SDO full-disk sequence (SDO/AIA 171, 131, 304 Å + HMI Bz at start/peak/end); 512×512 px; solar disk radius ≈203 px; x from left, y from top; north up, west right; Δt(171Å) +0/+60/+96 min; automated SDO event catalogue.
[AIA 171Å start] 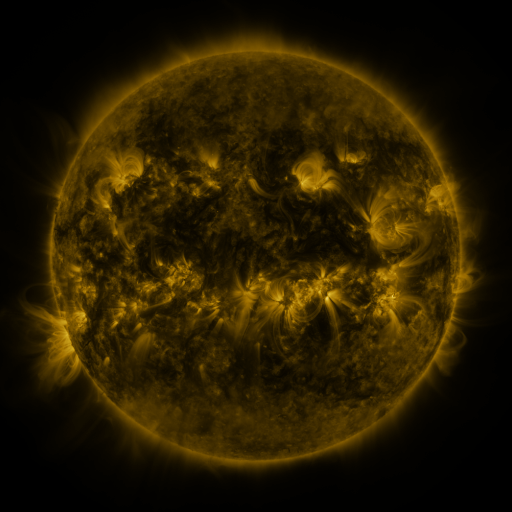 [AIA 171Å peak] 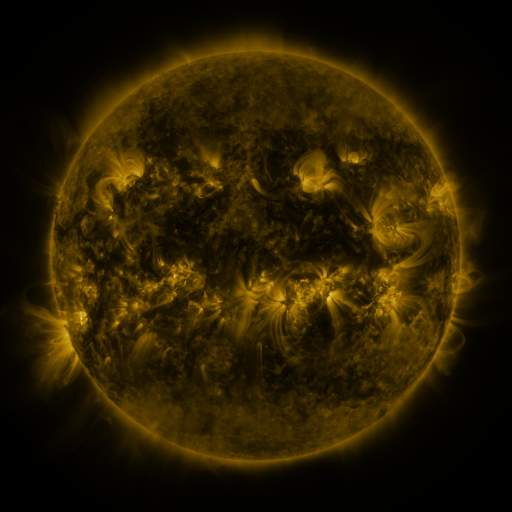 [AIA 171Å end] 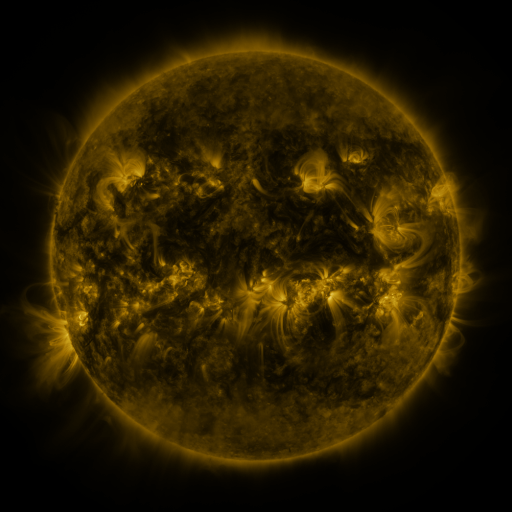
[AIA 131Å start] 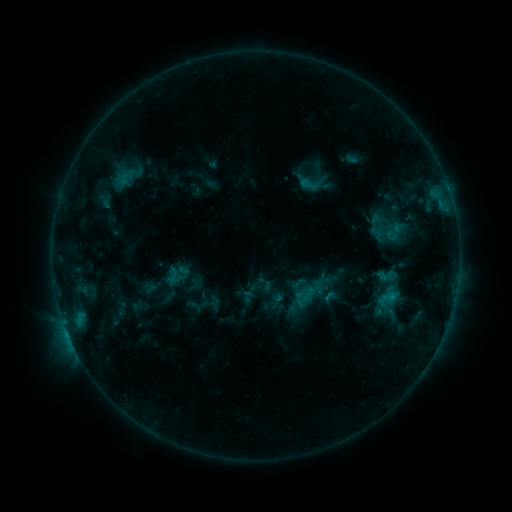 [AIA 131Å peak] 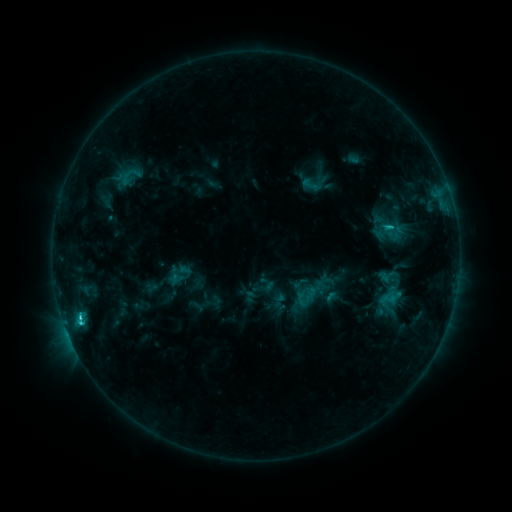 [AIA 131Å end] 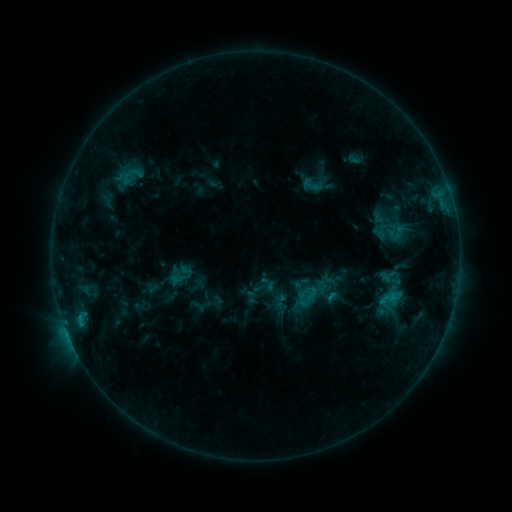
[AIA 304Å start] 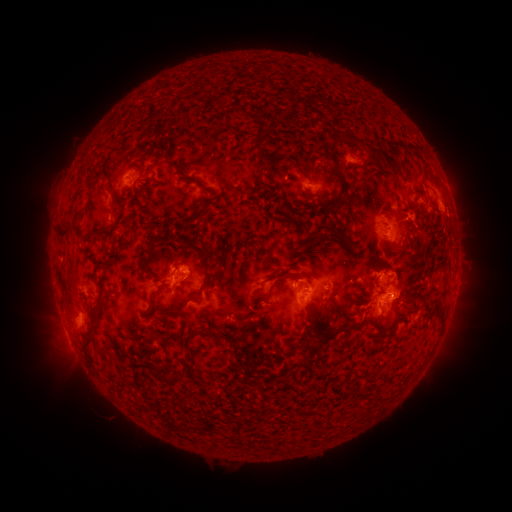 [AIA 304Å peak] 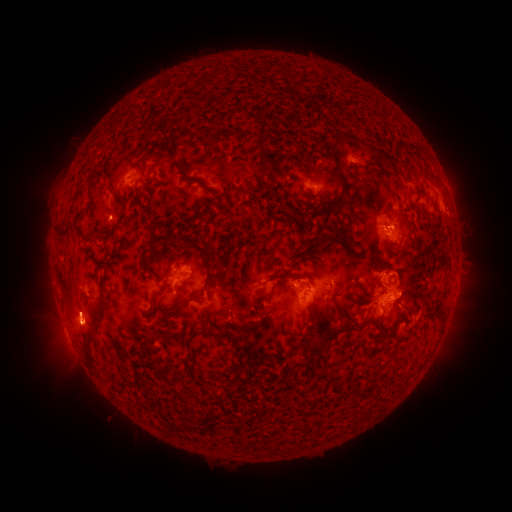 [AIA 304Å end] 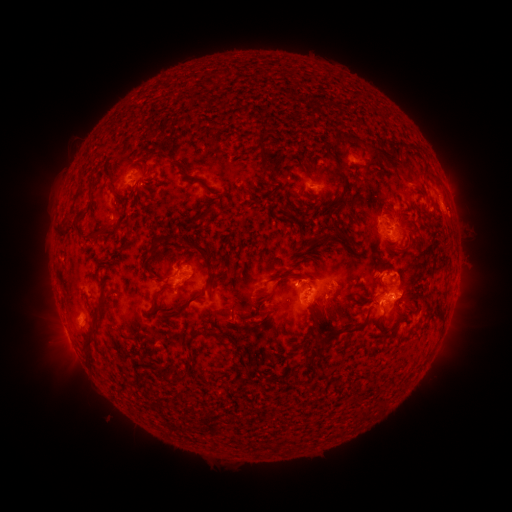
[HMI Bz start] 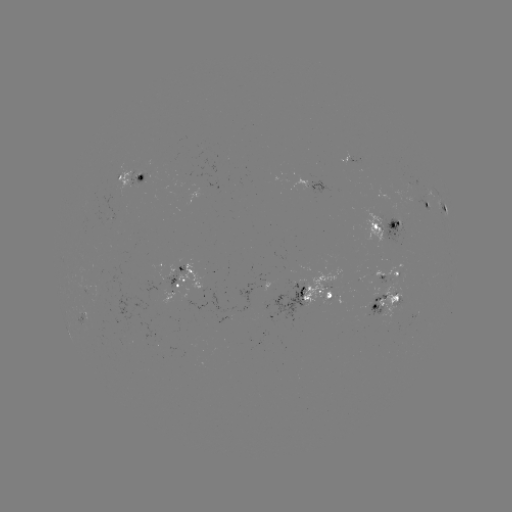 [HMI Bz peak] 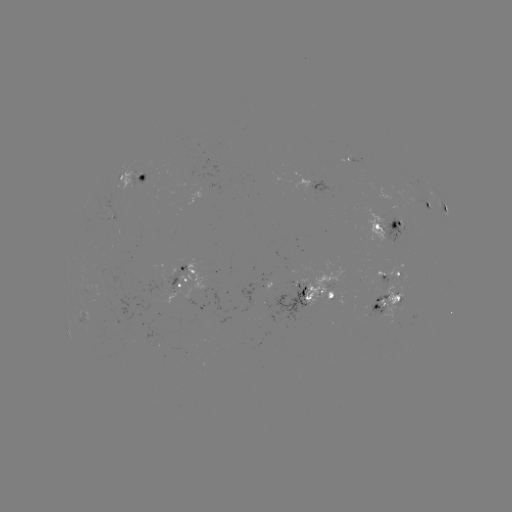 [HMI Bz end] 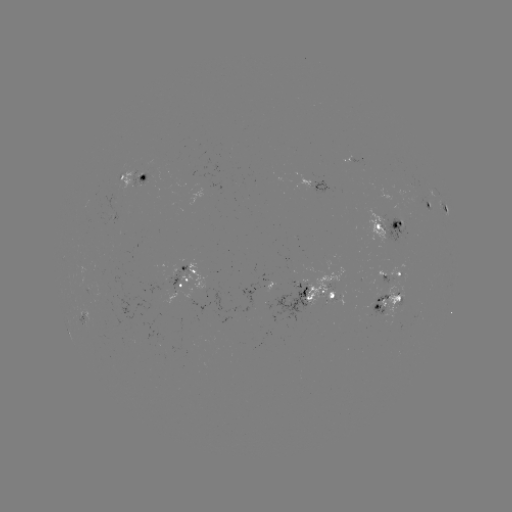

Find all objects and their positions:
emerging-flux region: (387, 260)
